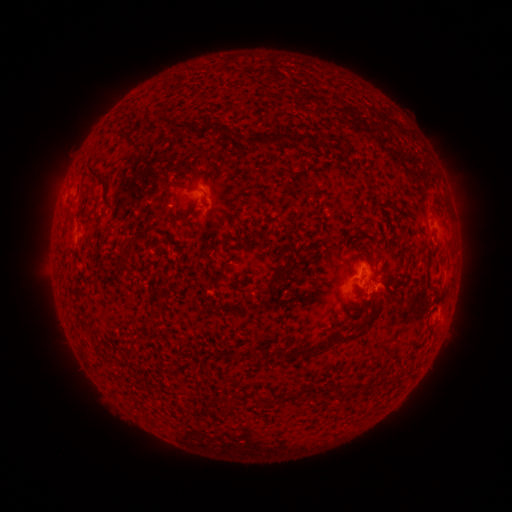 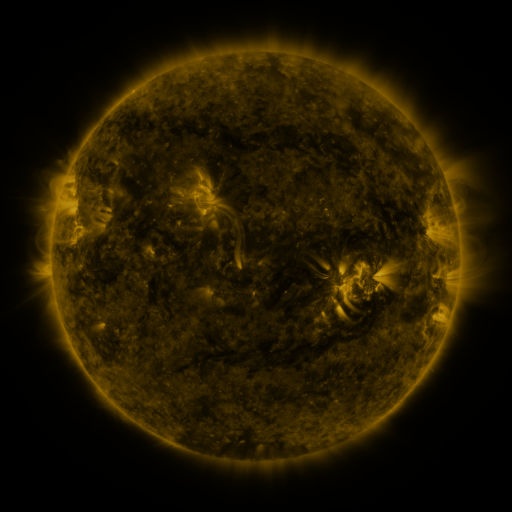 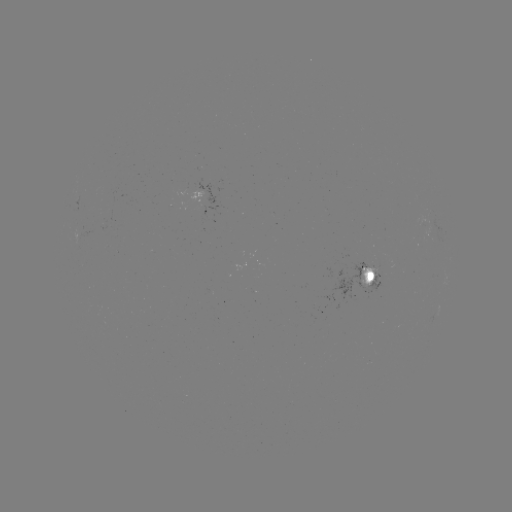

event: spotted active region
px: (372, 275)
